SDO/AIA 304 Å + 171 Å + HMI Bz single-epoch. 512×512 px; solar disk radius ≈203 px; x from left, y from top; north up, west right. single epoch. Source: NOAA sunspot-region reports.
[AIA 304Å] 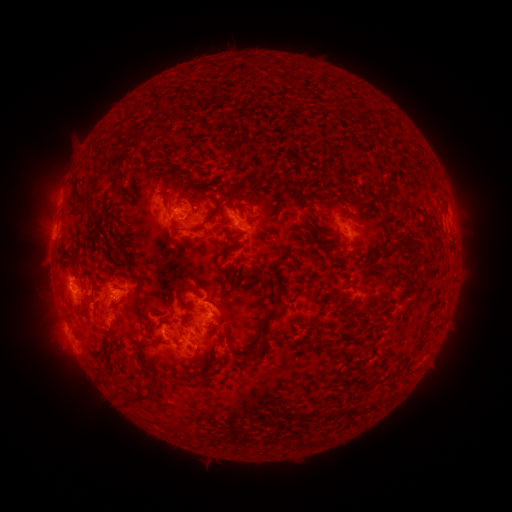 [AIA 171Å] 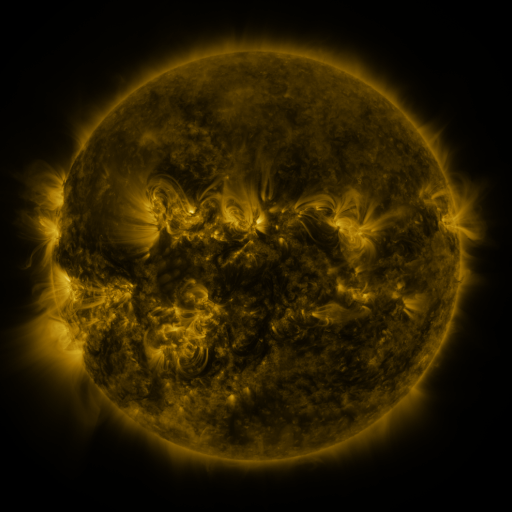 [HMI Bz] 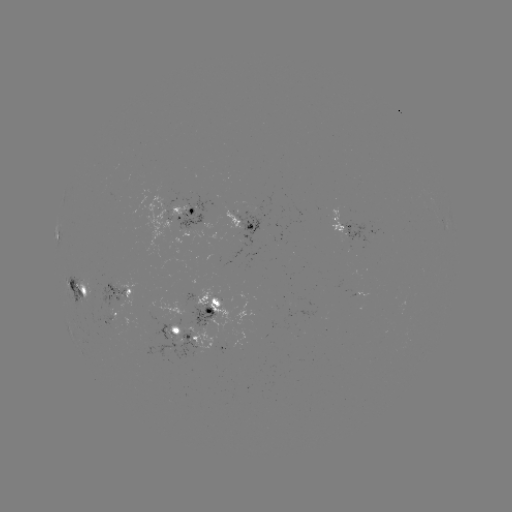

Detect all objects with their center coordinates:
spotted active region: (182, 213)
spotted active region: (242, 221)
spotted active region: (346, 227)
spotted active region: (79, 289)
spotted active region: (126, 296)
spotted active region: (214, 305)
spotted active region: (110, 319)
spotted active region: (184, 335)
